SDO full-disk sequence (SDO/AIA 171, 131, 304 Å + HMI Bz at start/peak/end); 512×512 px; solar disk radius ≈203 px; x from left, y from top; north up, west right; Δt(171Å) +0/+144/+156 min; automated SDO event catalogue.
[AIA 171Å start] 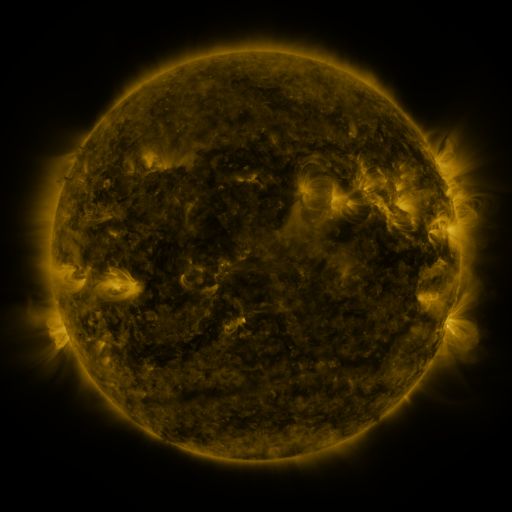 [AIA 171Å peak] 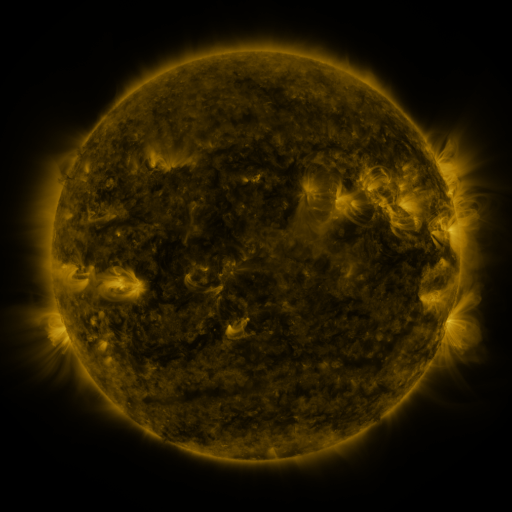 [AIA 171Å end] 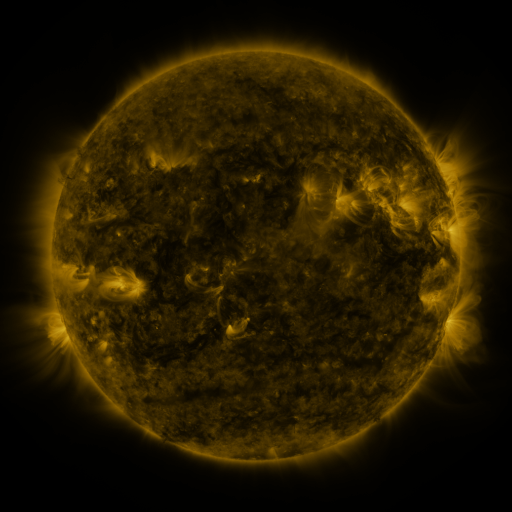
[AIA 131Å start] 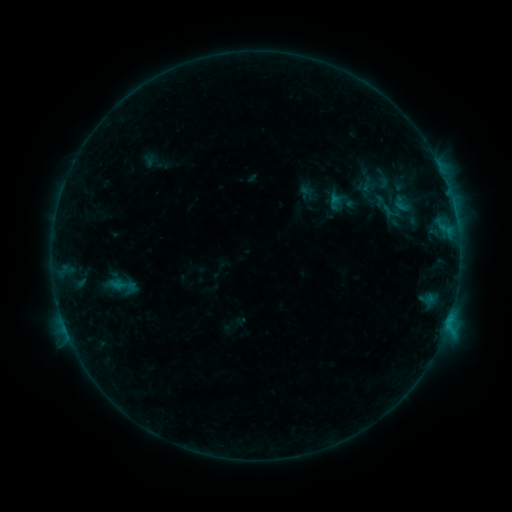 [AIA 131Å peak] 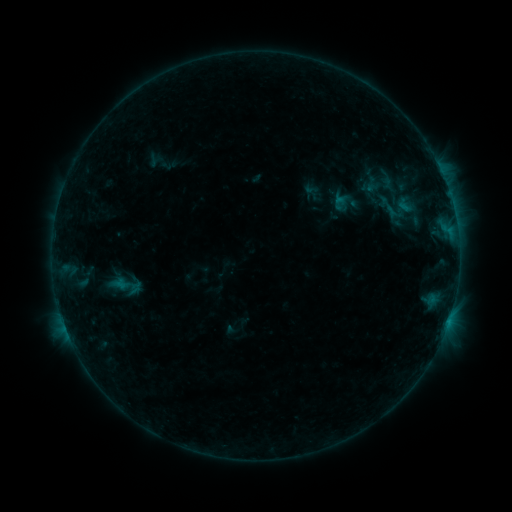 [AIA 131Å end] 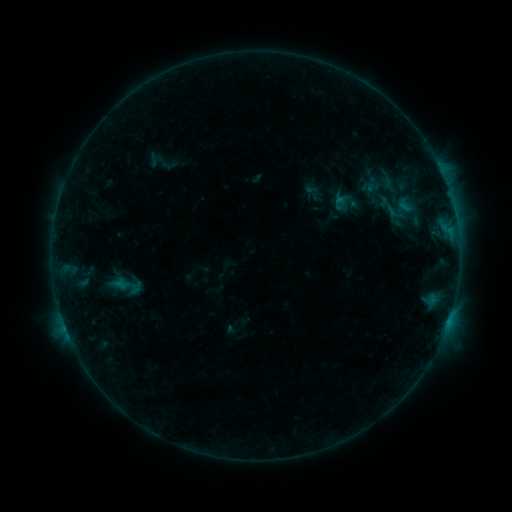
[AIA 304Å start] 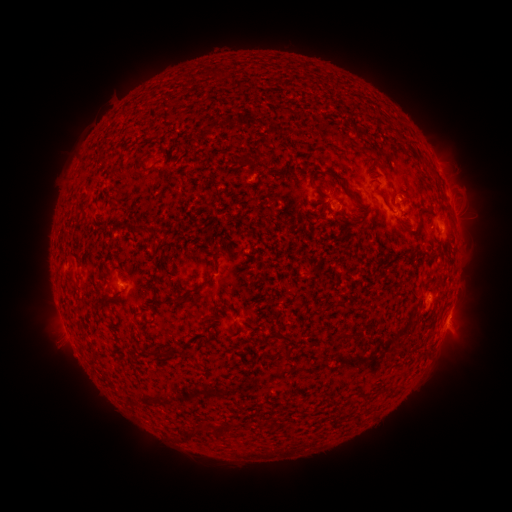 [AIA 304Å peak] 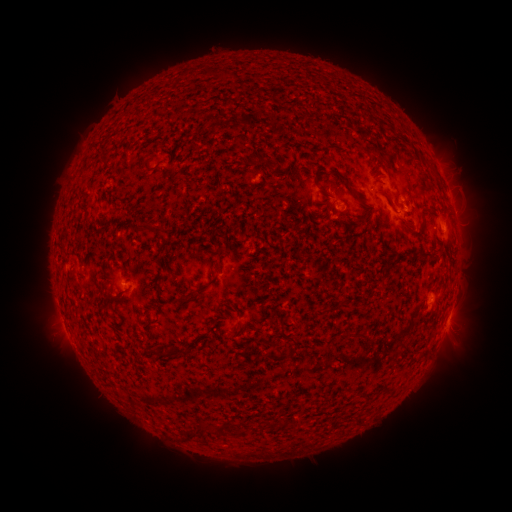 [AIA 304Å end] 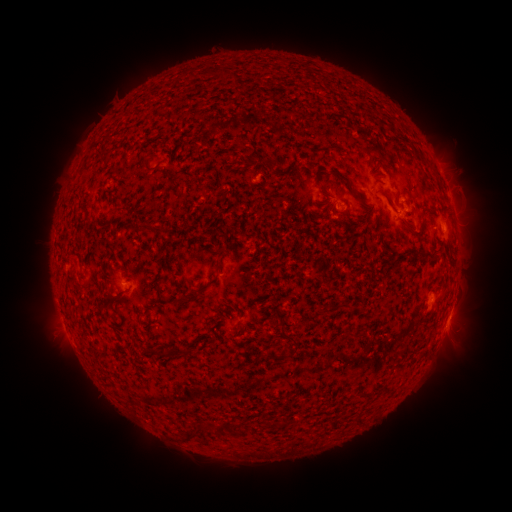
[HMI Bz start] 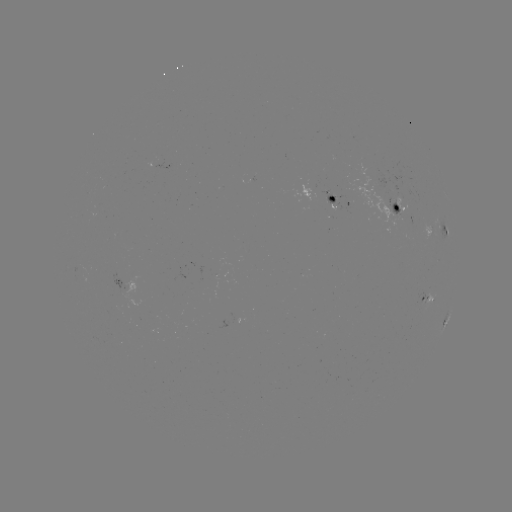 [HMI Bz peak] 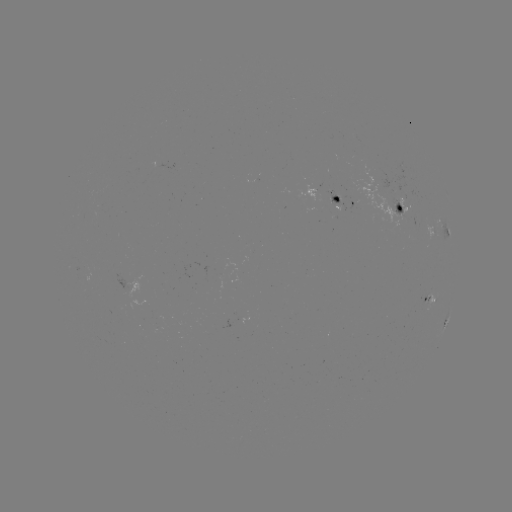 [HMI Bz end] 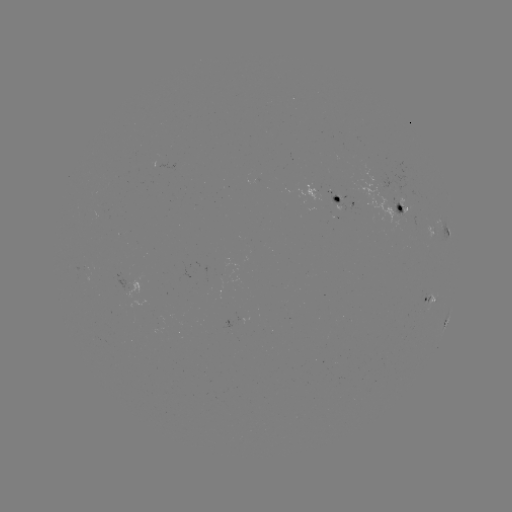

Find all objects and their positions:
emerging-flux region: (337, 197)
